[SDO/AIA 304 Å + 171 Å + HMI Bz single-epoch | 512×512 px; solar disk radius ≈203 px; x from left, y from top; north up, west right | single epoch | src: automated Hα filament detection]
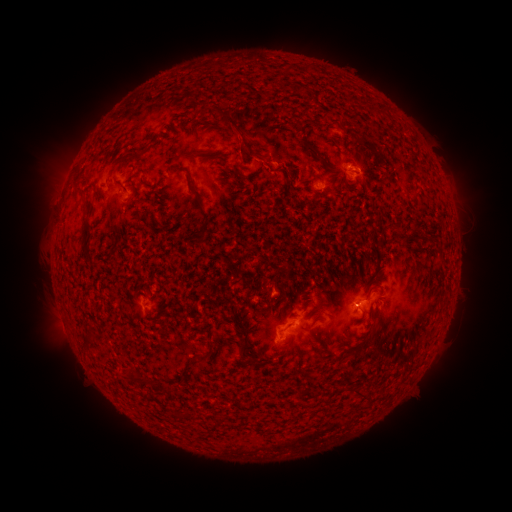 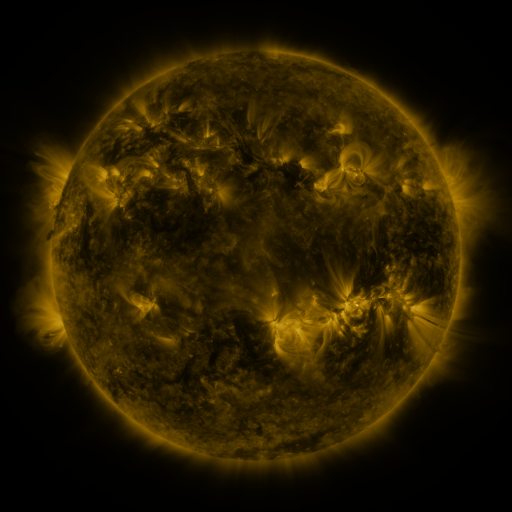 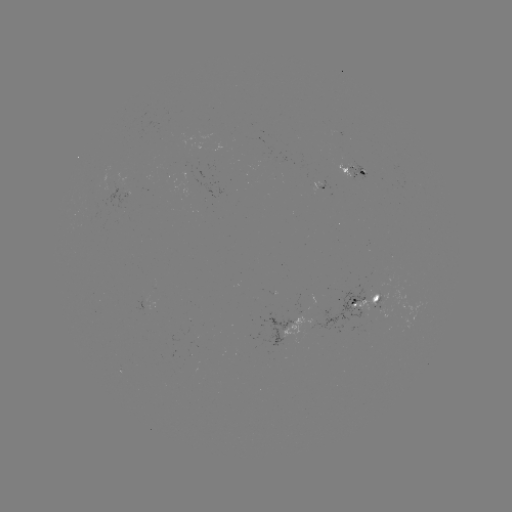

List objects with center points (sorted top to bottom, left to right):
filament: (299, 89)
filament: (239, 138)
filament: (144, 150)
filament: (189, 153)
filament: (317, 153)
filament: (214, 158)
filament: (180, 168)
filament: (235, 170)
filament: (86, 204)
filament: (201, 207)
filament: (395, 228)
filament: (86, 243)
filament: (335, 280)
filament: (321, 305)
filament: (316, 320)
filament: (376, 334)
filament: (91, 340)
filament: (285, 351)
filament: (205, 355)
filament: (254, 362)
filament: (188, 364)
filament: (138, 379)
filament: (358, 392)
filament: (188, 414)
